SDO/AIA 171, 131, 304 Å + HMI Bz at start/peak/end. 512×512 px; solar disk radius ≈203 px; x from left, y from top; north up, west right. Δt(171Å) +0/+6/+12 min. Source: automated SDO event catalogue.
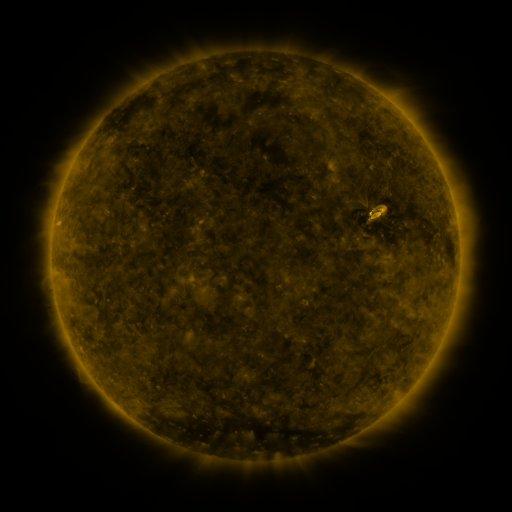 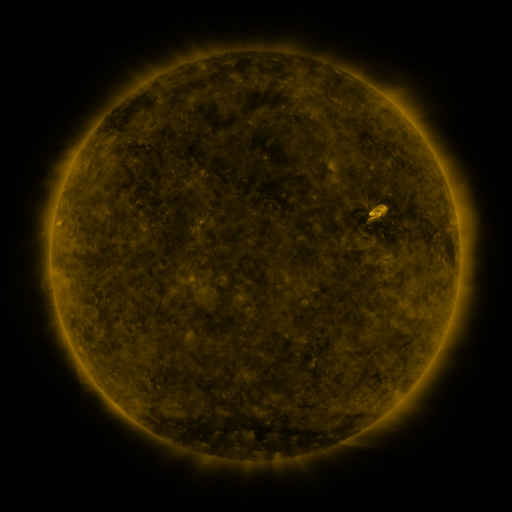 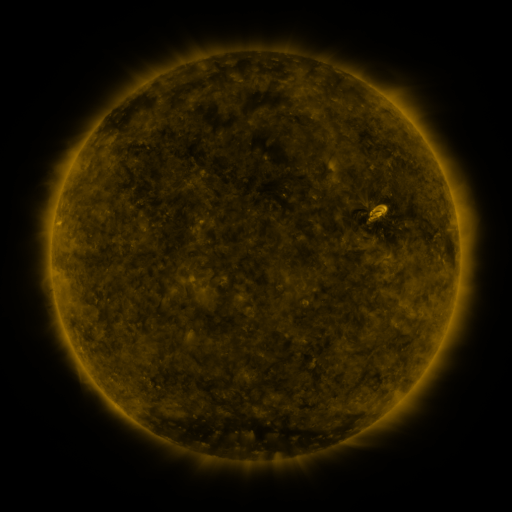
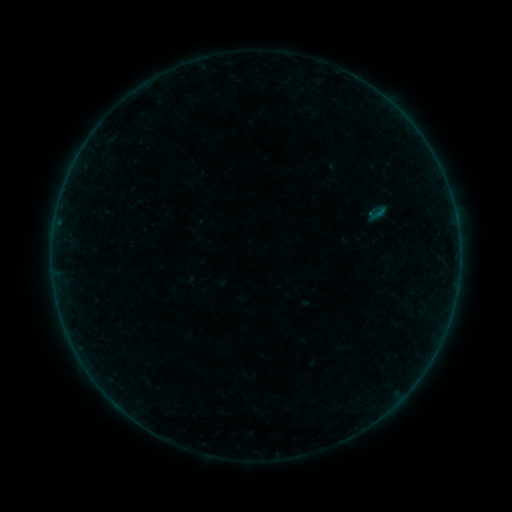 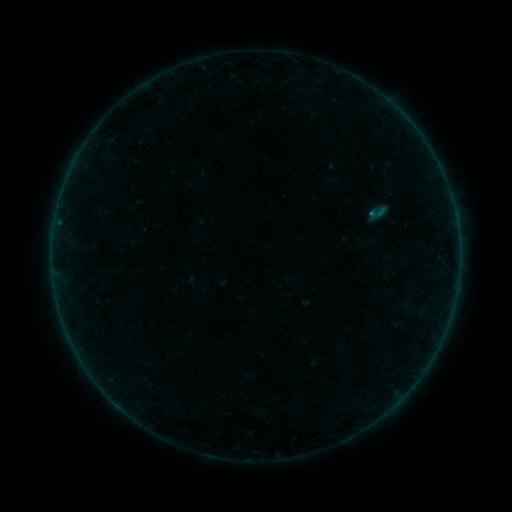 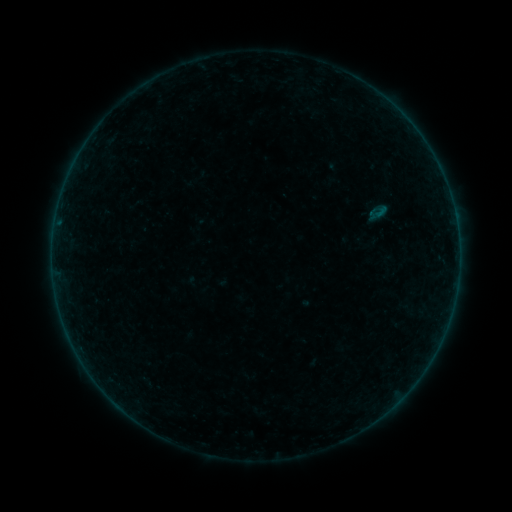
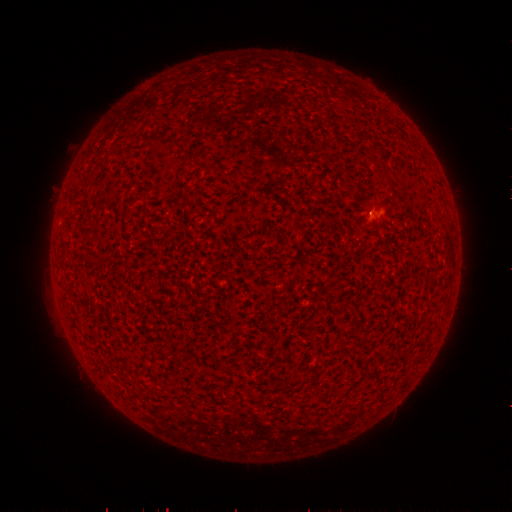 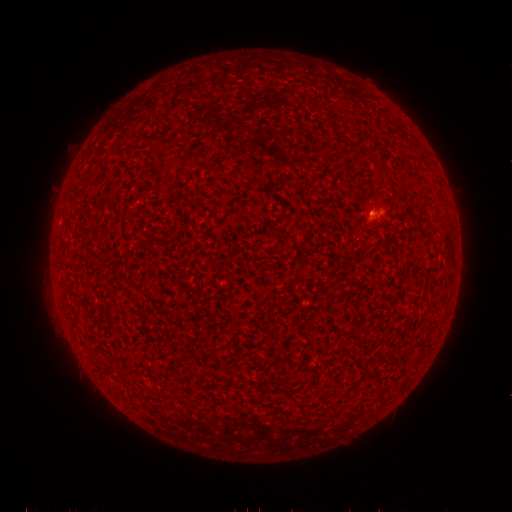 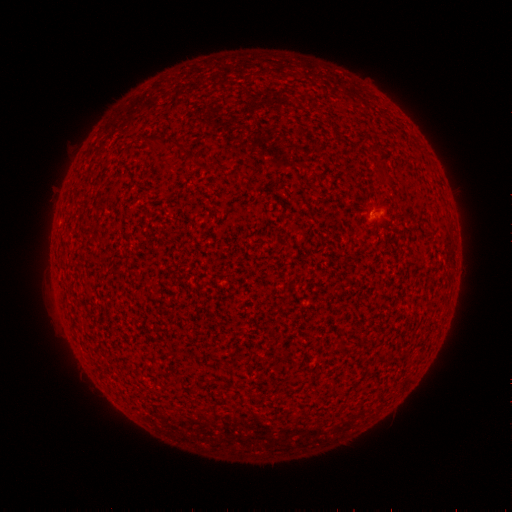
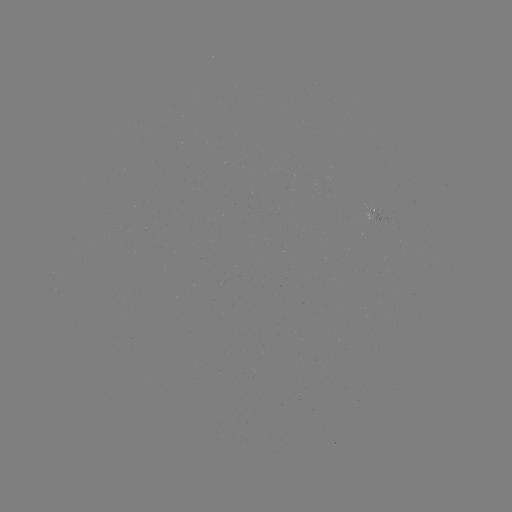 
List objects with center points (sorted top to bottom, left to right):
B1.5 flare: (369, 217)
